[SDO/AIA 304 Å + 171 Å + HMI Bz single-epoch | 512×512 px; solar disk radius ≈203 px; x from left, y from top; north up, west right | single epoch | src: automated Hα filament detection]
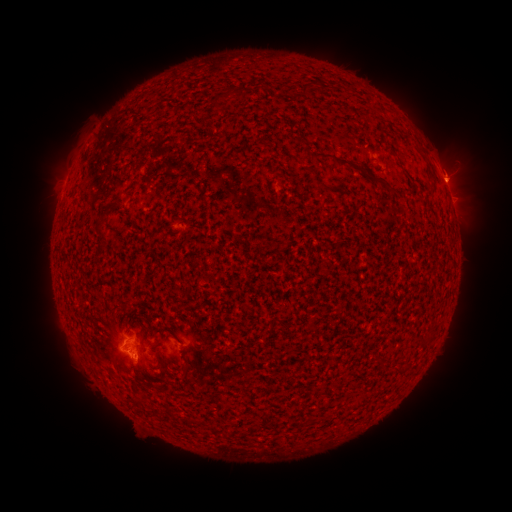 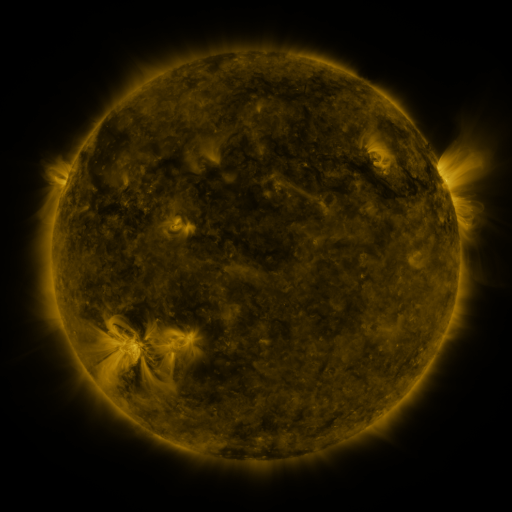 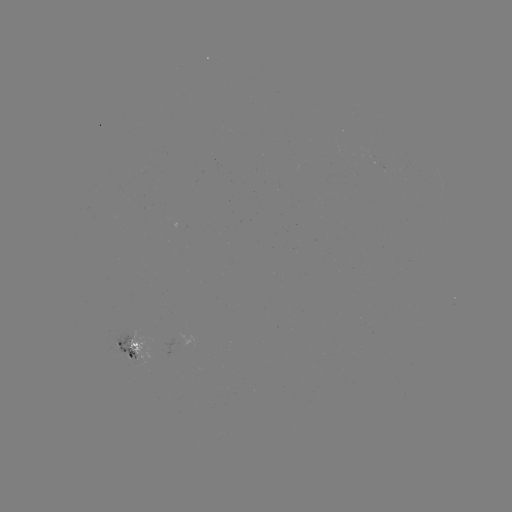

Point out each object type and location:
filament: (306, 90)
filament: (335, 160)
filament: (116, 202)
filament: (98, 223)
filament: (155, 386)
